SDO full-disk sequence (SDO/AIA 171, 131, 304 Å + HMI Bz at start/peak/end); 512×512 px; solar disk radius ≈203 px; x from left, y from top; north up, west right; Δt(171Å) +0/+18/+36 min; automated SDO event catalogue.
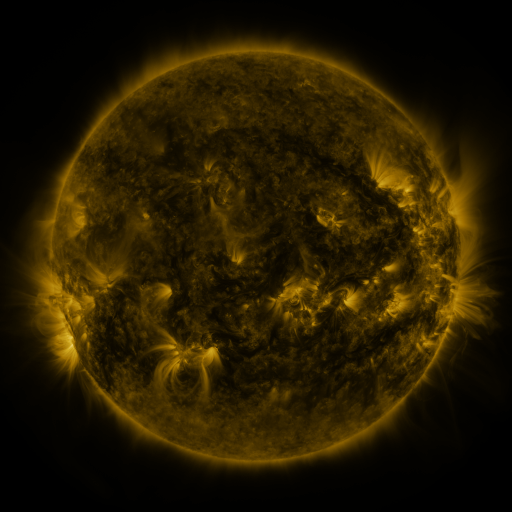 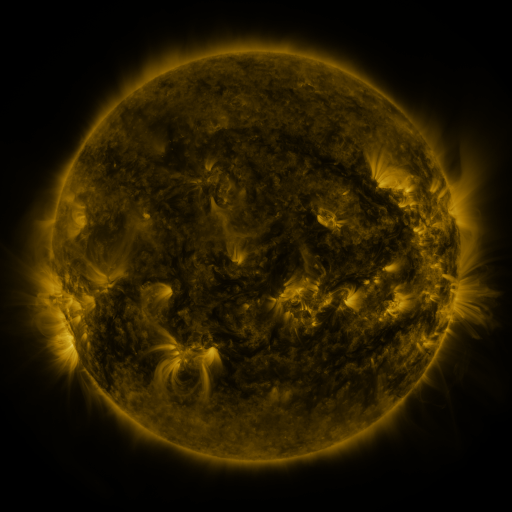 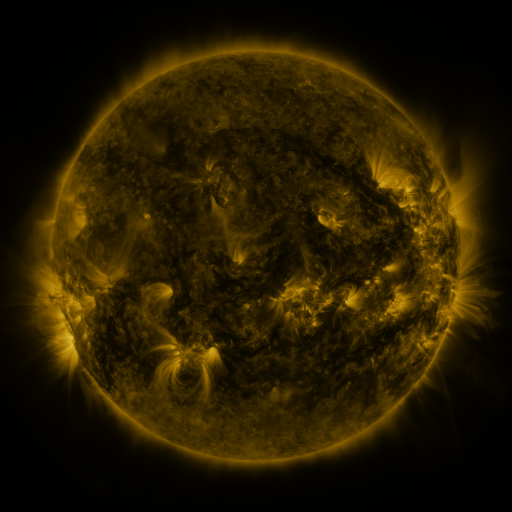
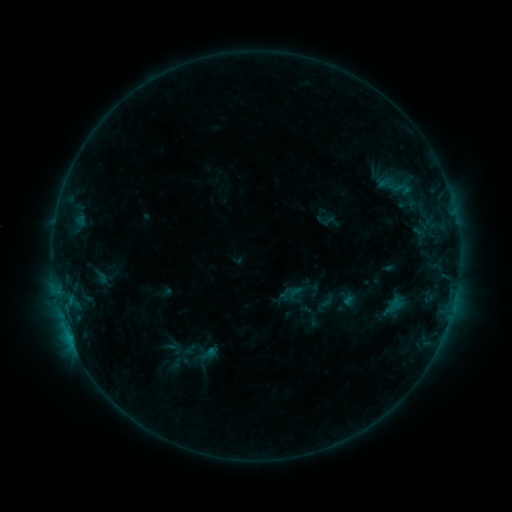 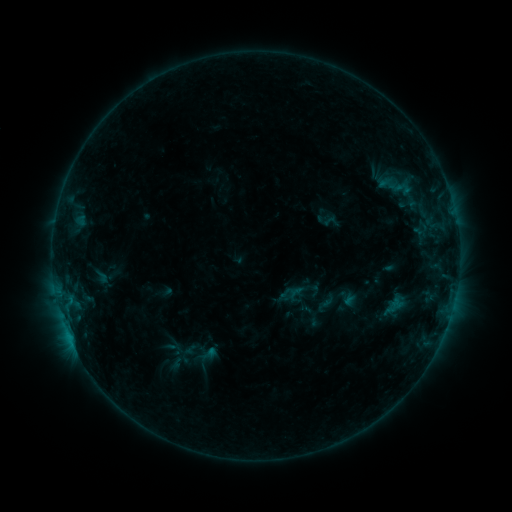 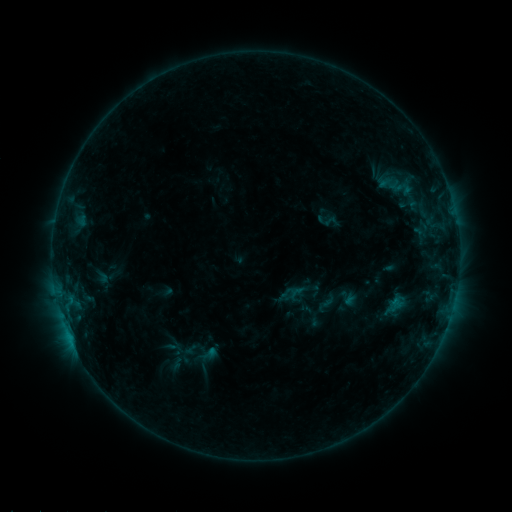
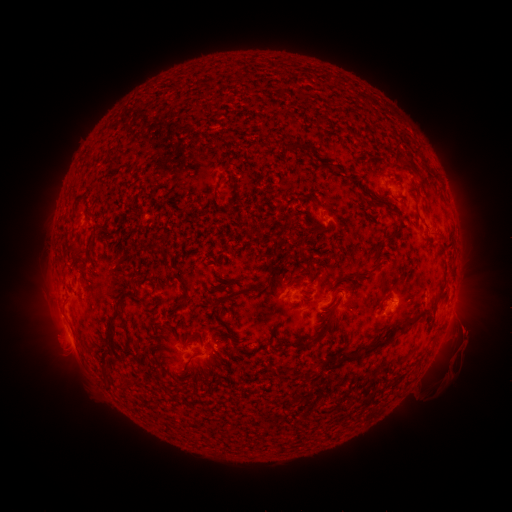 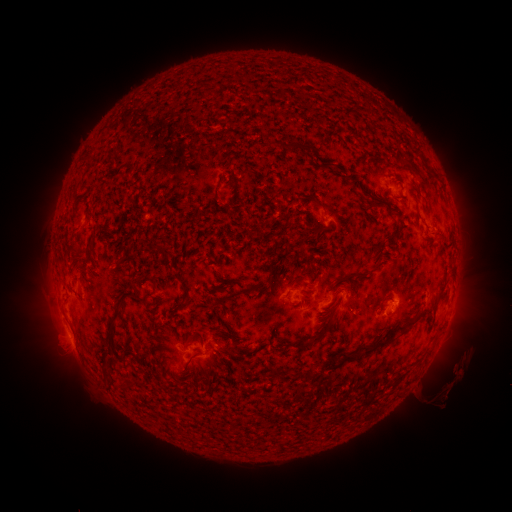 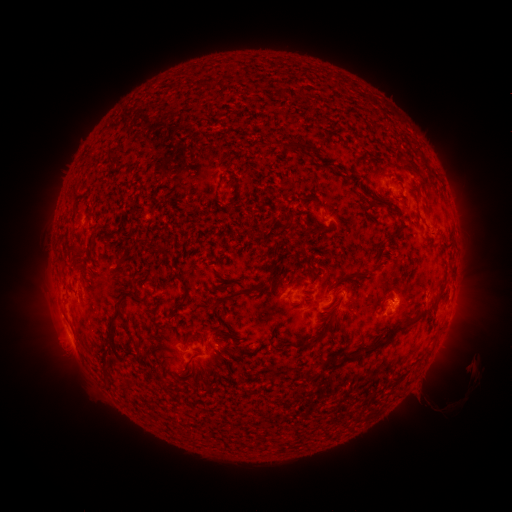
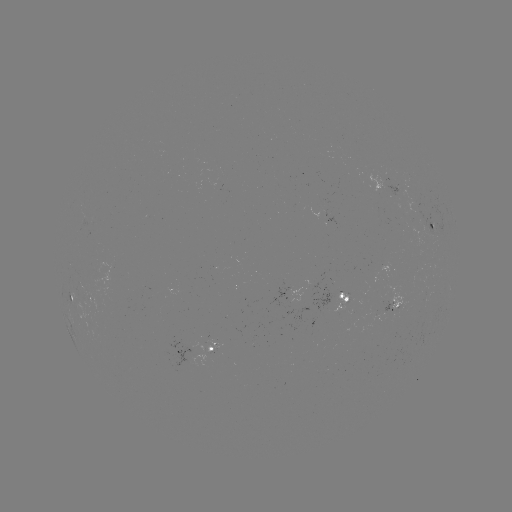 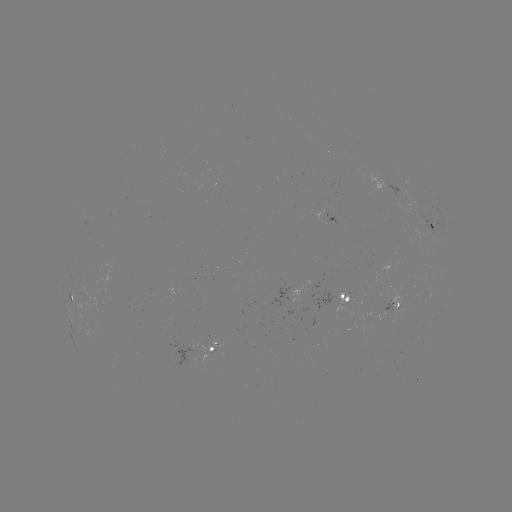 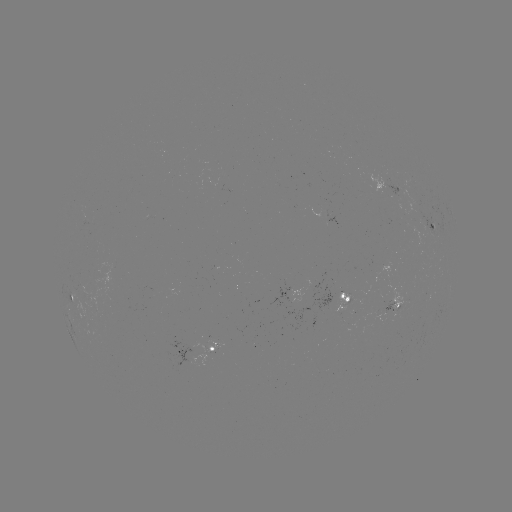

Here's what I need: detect eruption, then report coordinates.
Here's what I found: eruption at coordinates [457, 371].